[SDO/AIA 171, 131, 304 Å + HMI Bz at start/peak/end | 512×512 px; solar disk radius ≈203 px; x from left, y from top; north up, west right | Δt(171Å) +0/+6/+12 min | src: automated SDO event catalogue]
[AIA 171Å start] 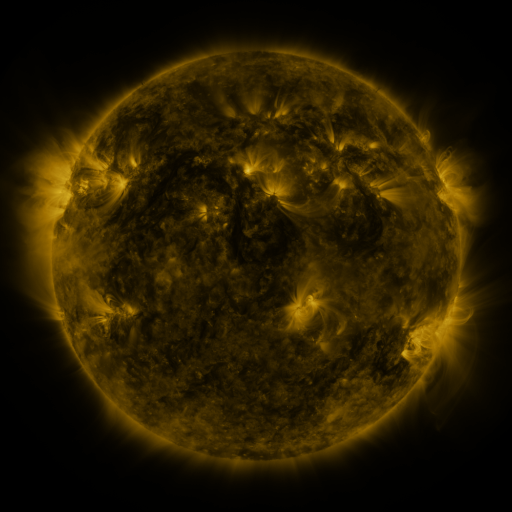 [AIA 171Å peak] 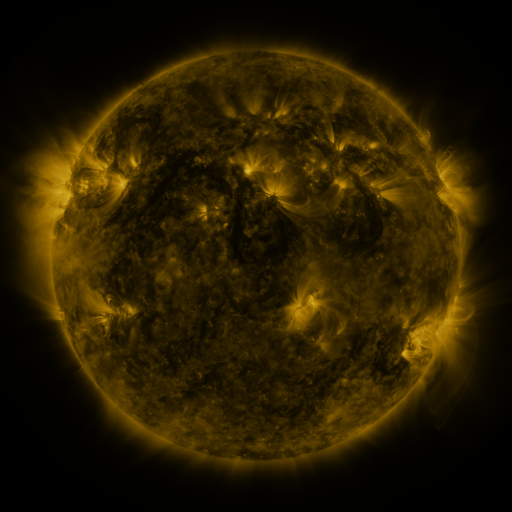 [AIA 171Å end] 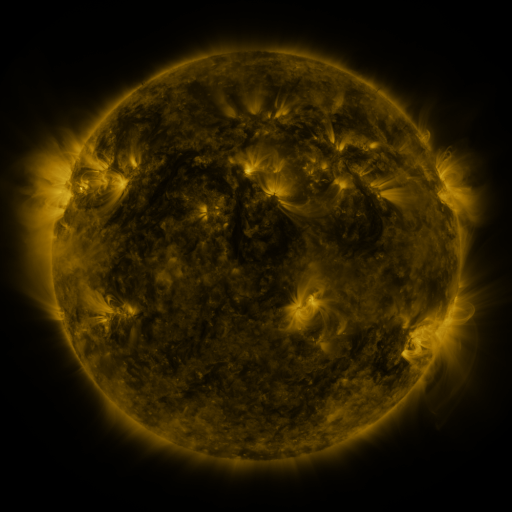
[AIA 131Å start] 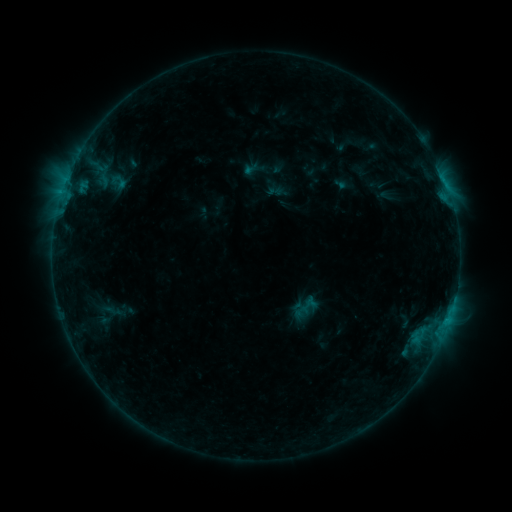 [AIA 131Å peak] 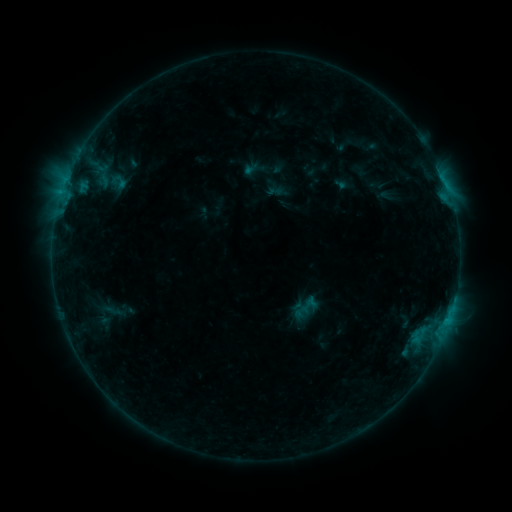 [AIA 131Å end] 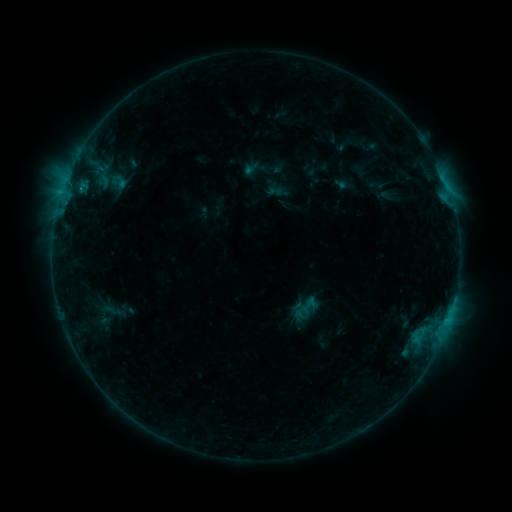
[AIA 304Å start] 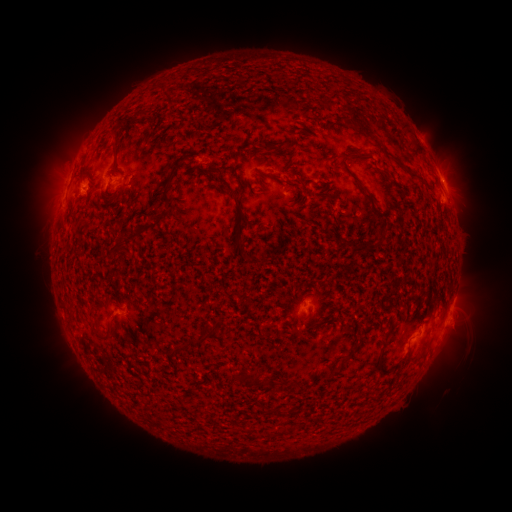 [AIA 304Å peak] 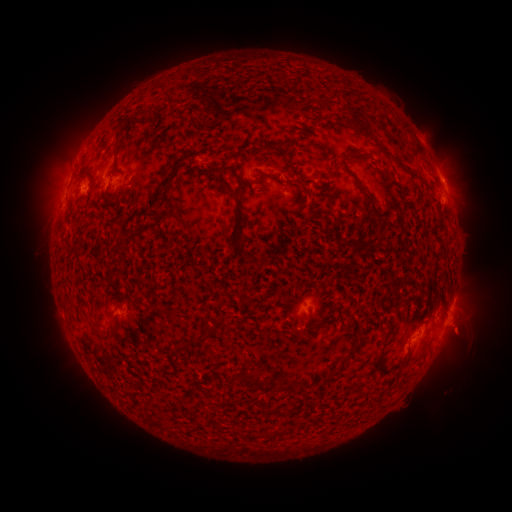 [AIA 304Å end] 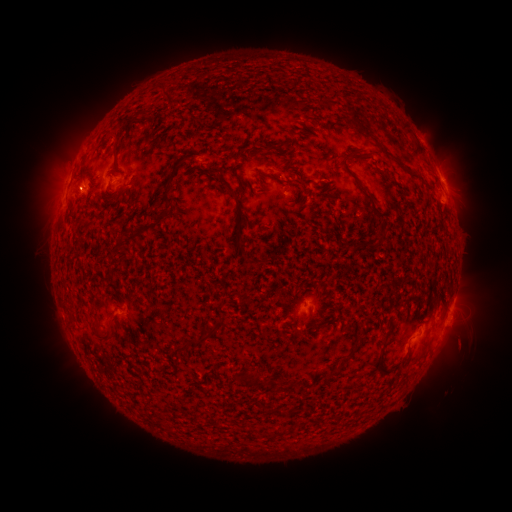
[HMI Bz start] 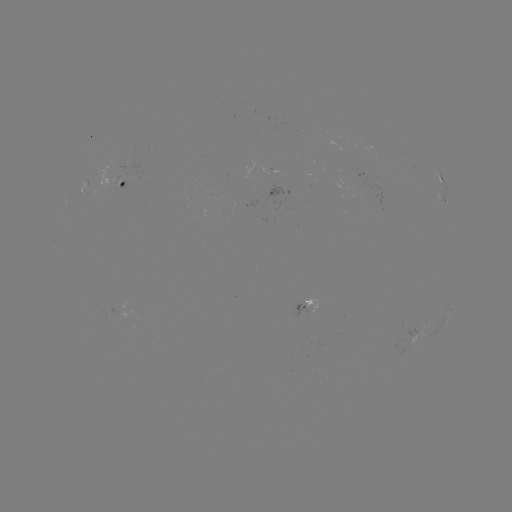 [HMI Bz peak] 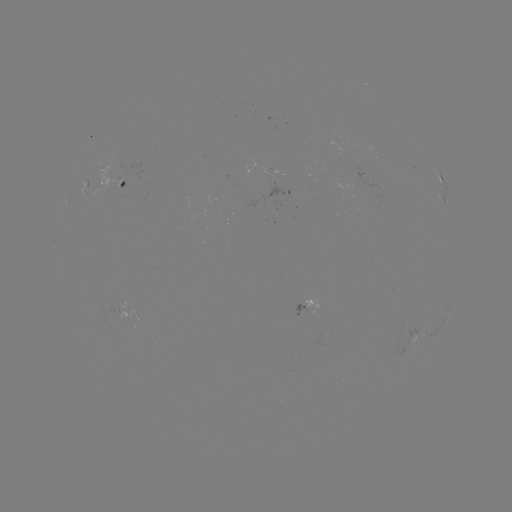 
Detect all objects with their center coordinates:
eruption: (463, 337)
